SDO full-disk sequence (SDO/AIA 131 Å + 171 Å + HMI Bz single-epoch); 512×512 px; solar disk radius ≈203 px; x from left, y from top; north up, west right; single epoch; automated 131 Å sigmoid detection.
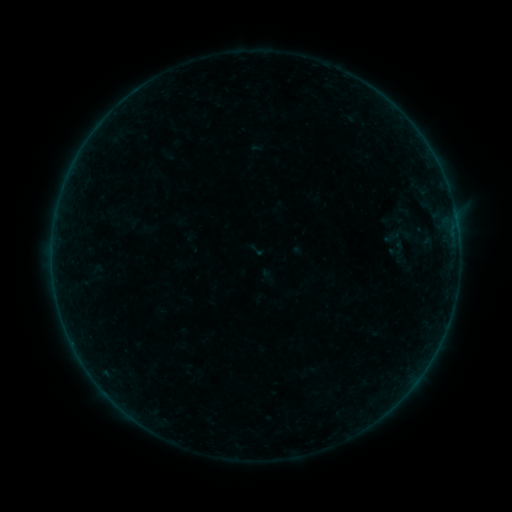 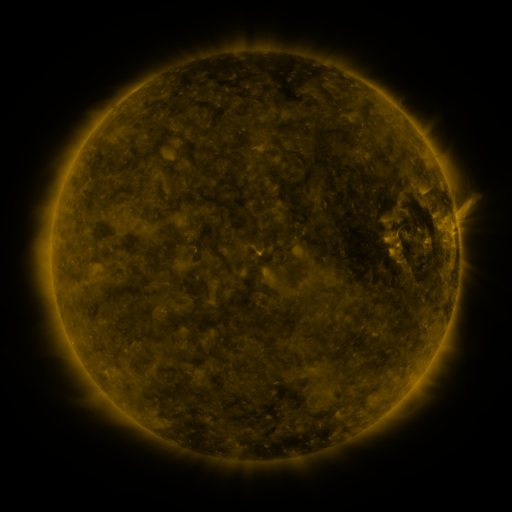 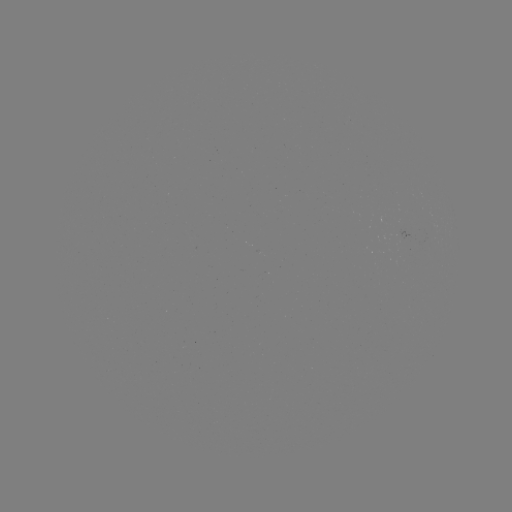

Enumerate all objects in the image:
sigmoid: [247, 241, 266, 259]
